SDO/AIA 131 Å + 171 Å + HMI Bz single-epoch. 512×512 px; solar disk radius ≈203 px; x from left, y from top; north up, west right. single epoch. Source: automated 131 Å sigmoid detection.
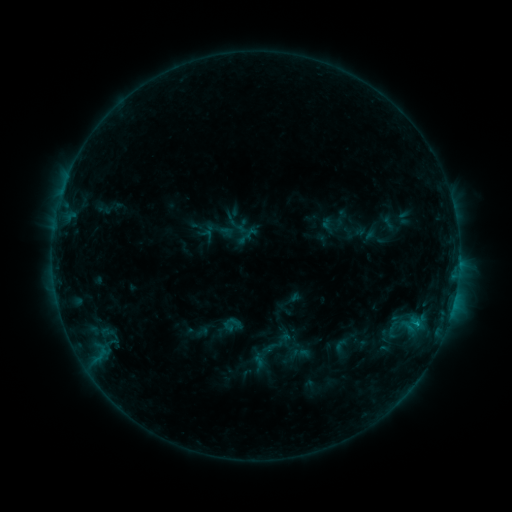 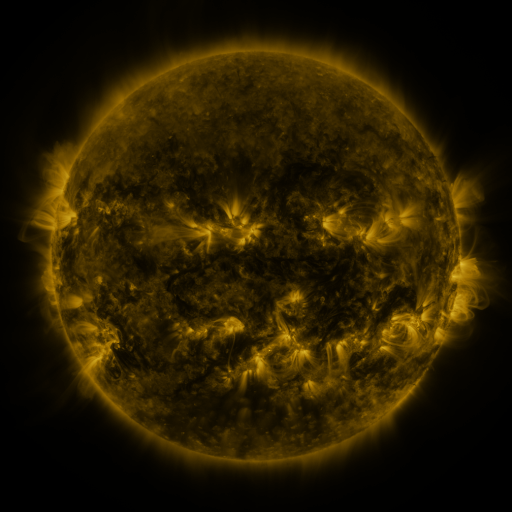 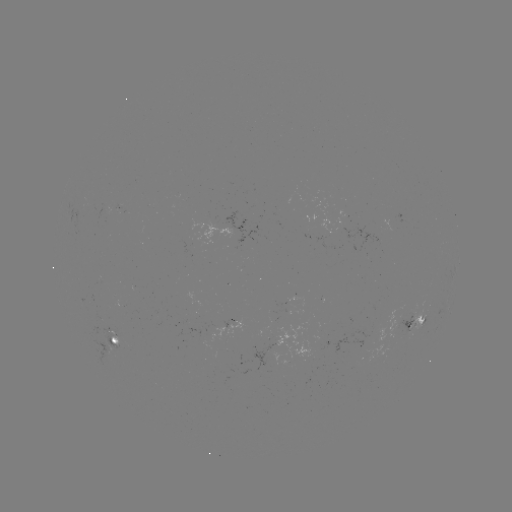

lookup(sigmoid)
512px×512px [340, 346]